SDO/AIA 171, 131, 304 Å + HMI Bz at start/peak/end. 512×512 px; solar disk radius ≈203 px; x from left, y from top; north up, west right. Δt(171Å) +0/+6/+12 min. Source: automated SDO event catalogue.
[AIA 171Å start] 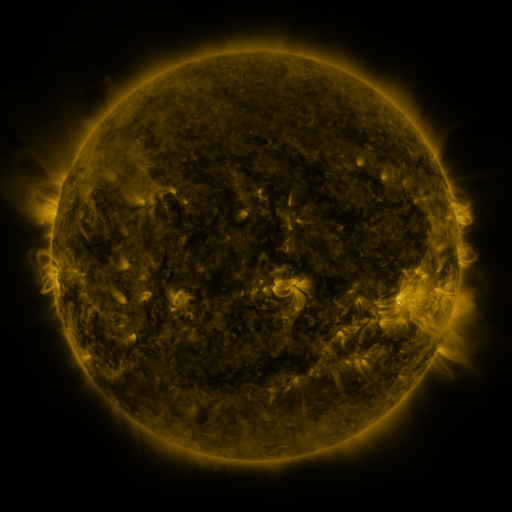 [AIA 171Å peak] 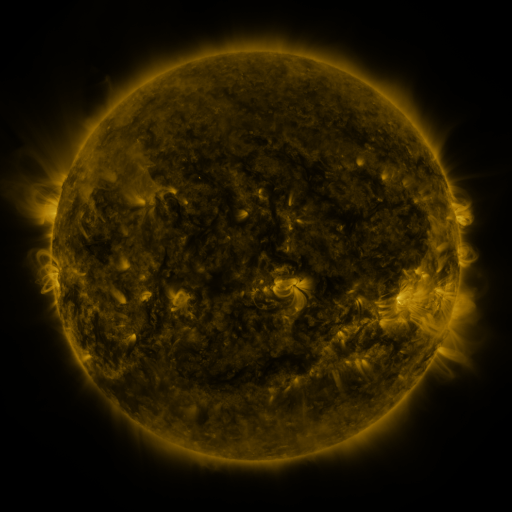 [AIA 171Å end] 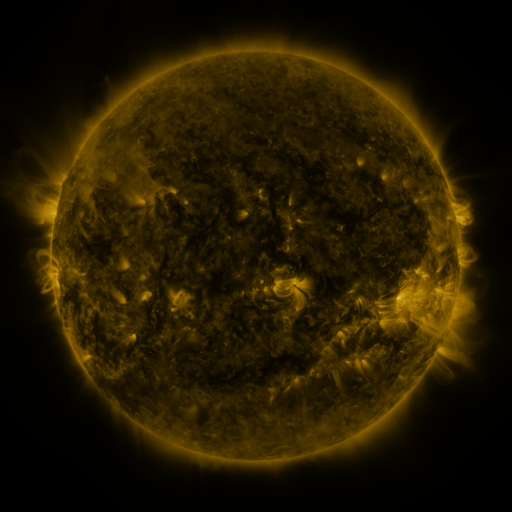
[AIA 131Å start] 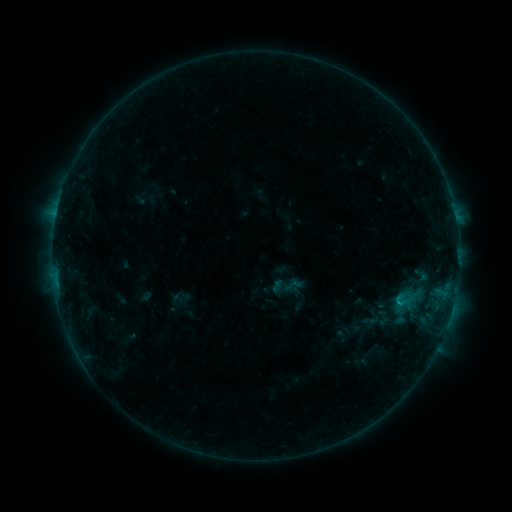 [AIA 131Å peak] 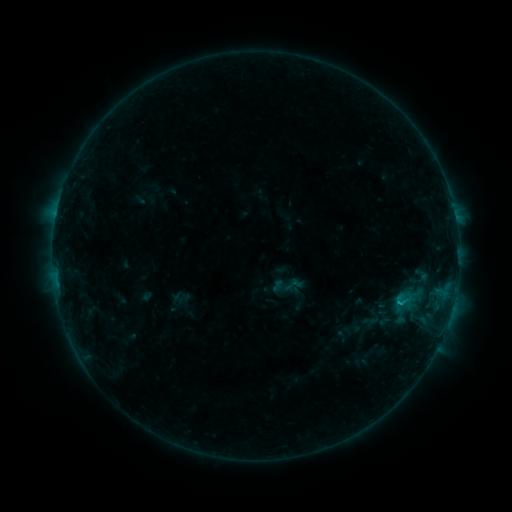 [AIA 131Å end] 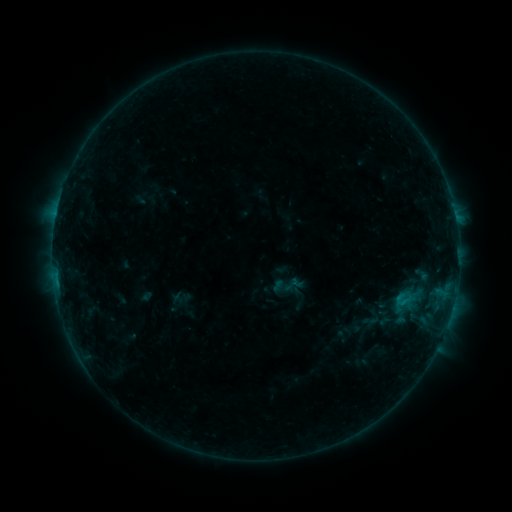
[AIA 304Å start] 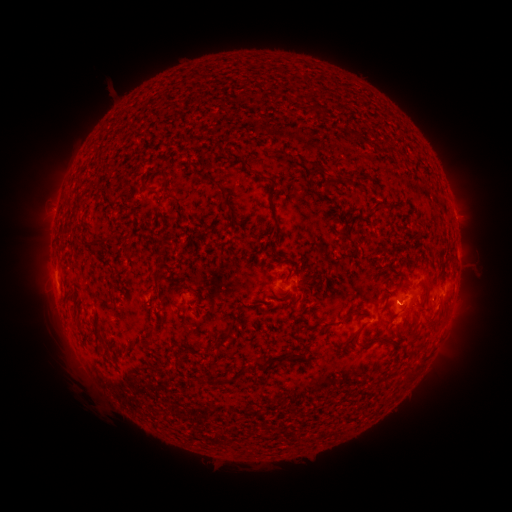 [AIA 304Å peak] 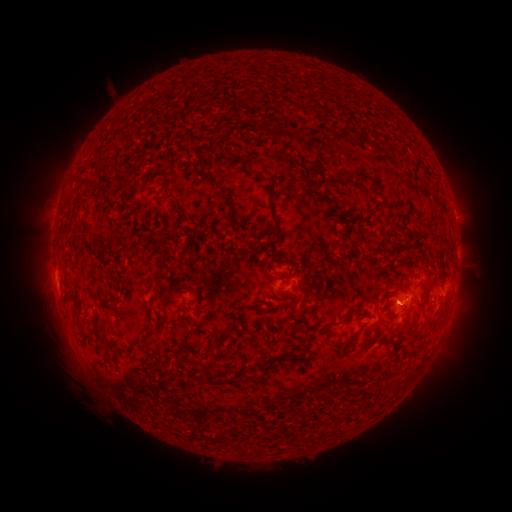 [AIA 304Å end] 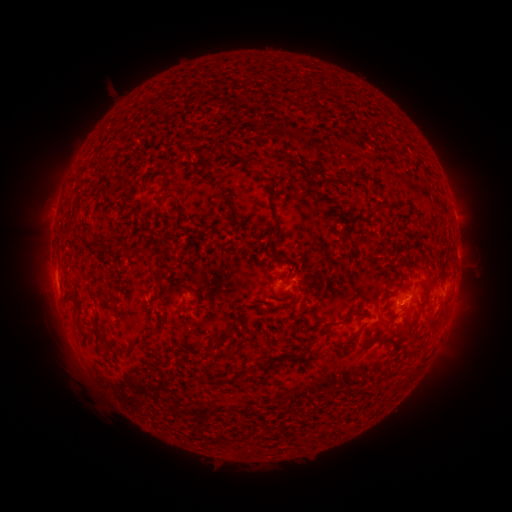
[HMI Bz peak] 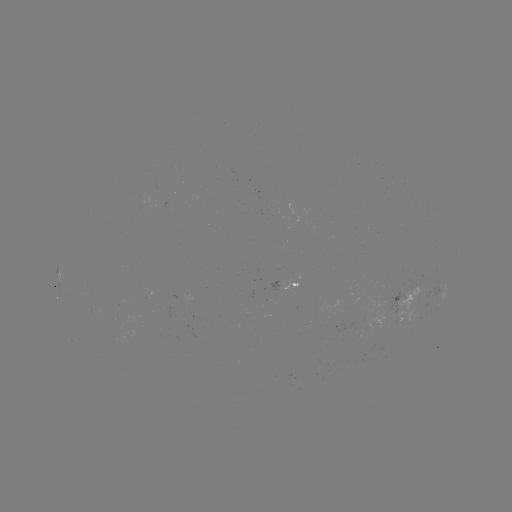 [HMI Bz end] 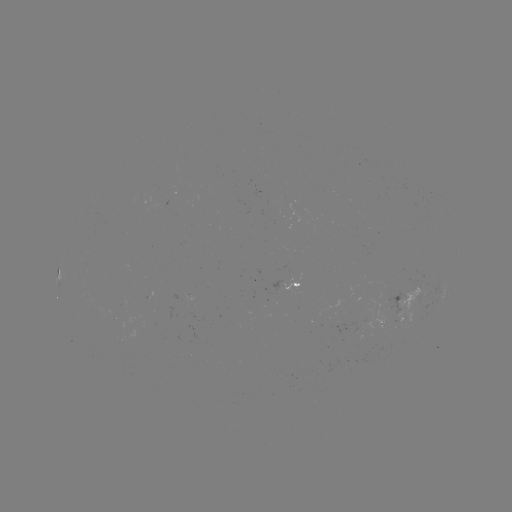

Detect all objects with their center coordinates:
B4.4 flare: (401, 299)
